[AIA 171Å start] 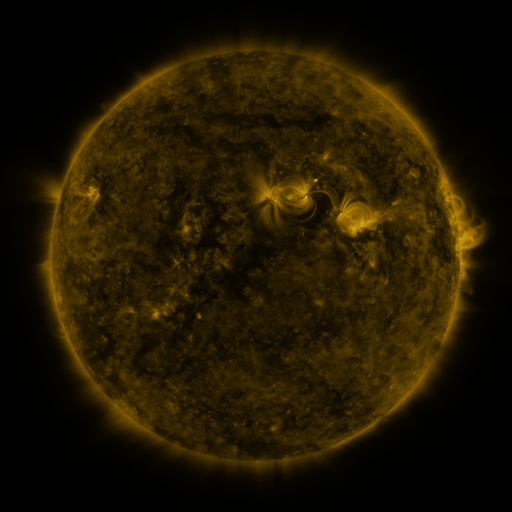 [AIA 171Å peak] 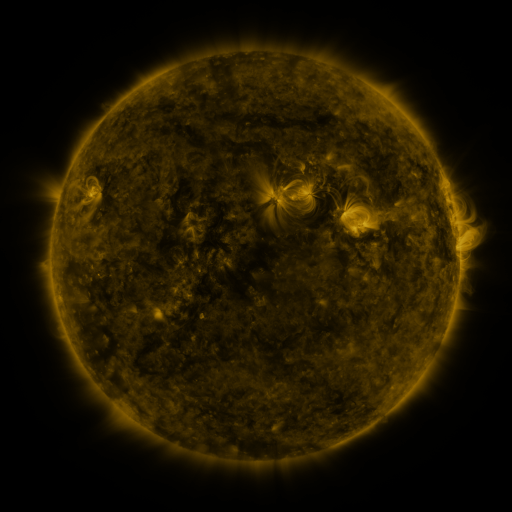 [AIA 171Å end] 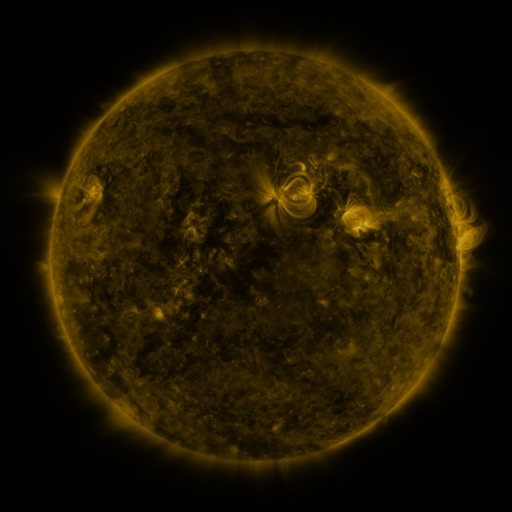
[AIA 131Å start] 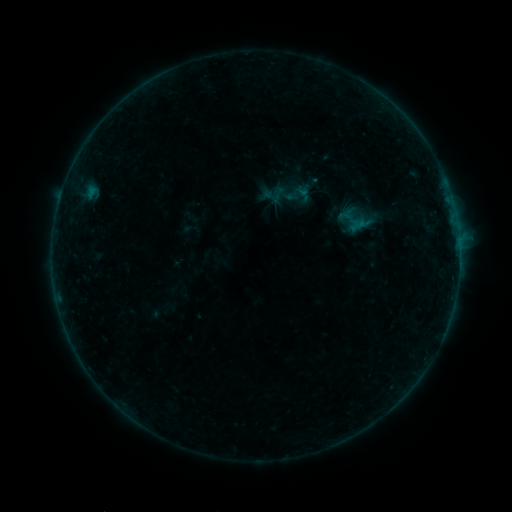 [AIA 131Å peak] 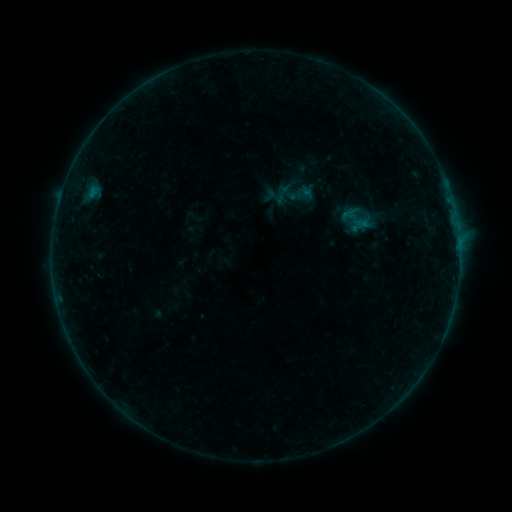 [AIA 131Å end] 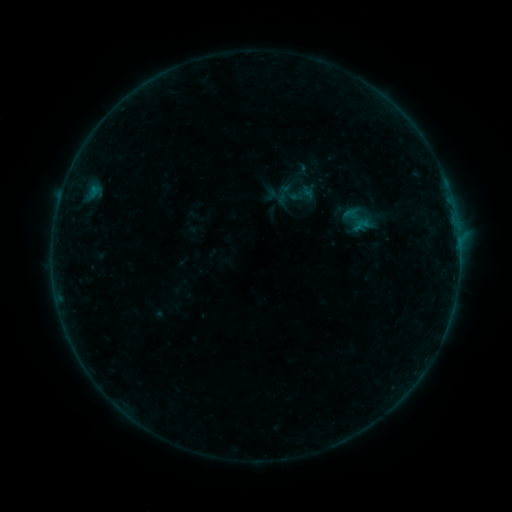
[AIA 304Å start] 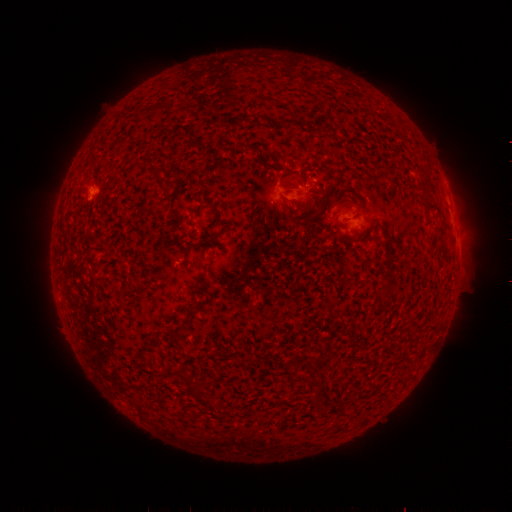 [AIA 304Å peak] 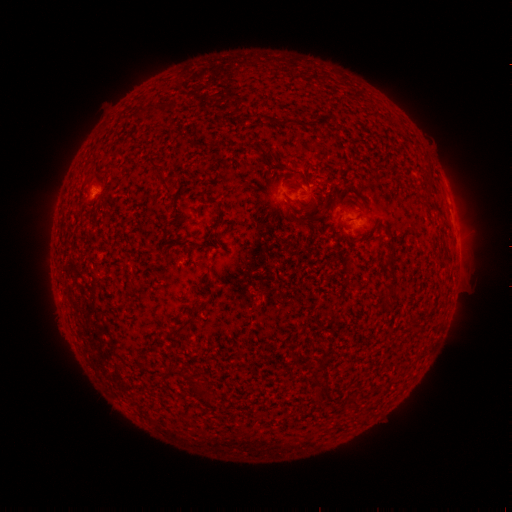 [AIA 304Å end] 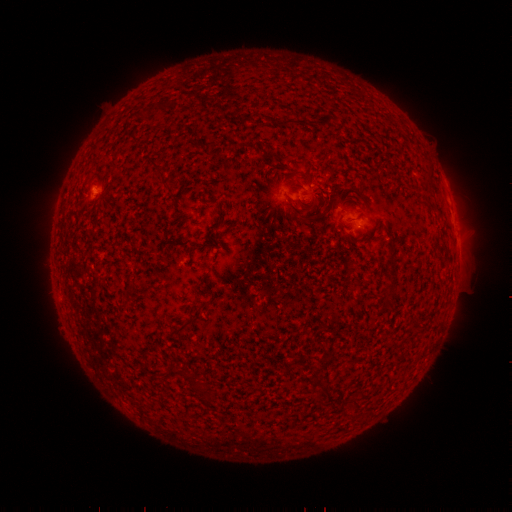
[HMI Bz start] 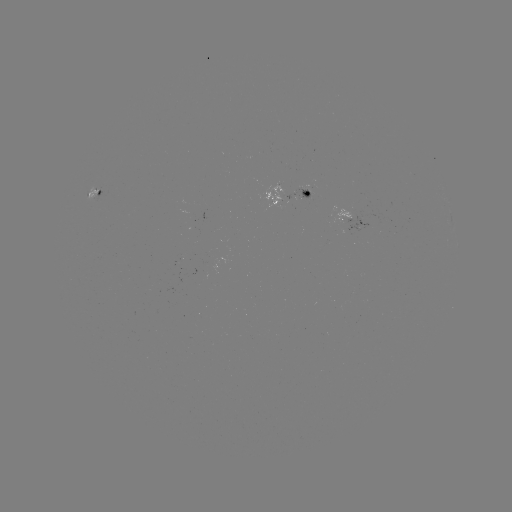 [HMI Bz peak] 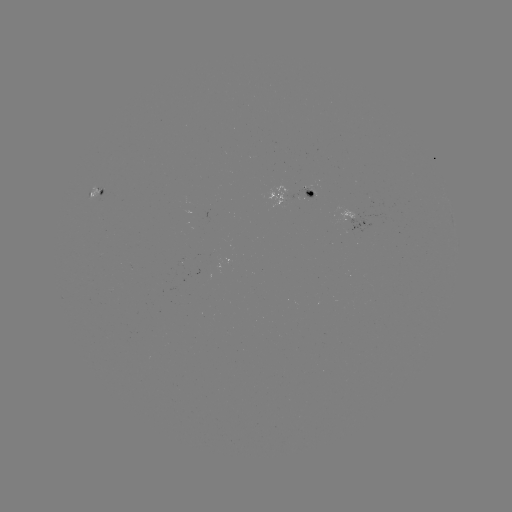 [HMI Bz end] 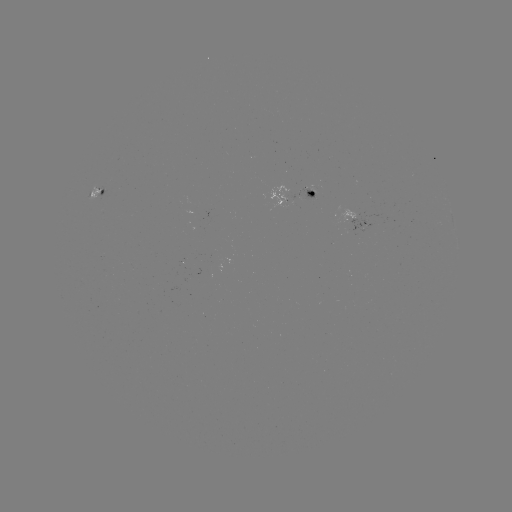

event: emerging-flux region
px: (353, 215)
